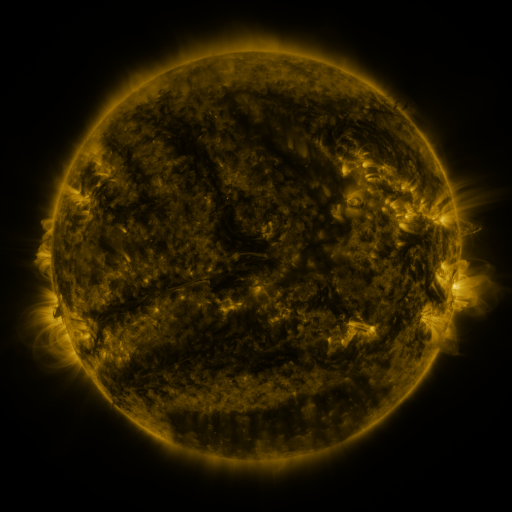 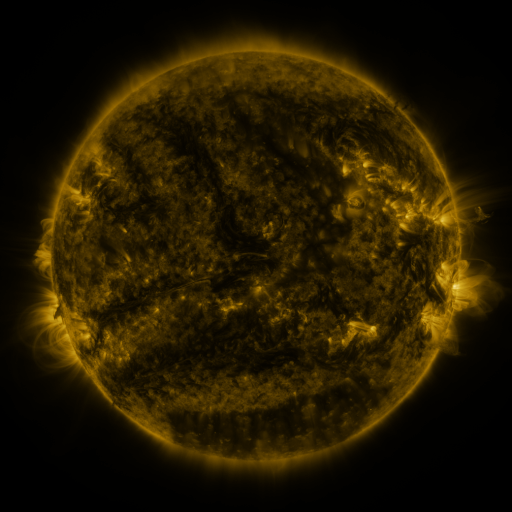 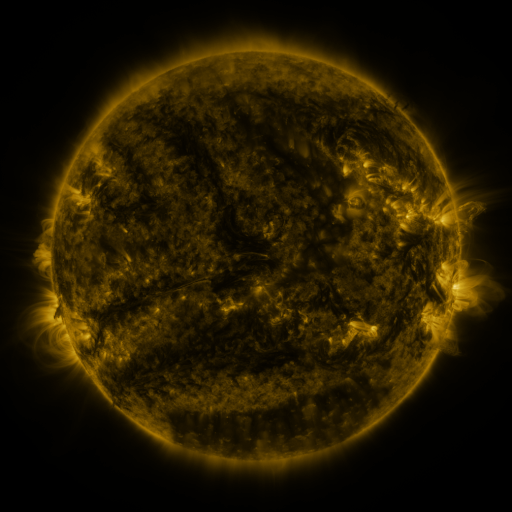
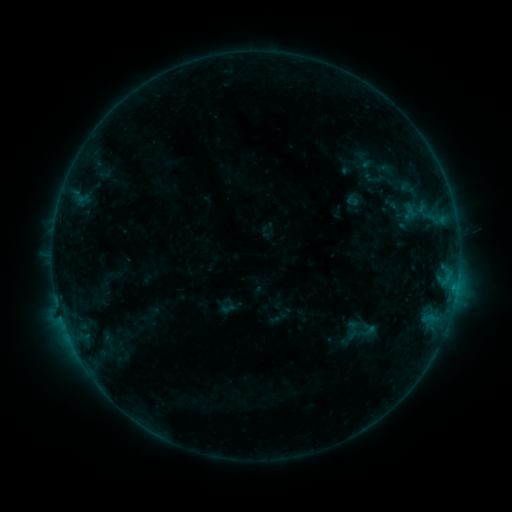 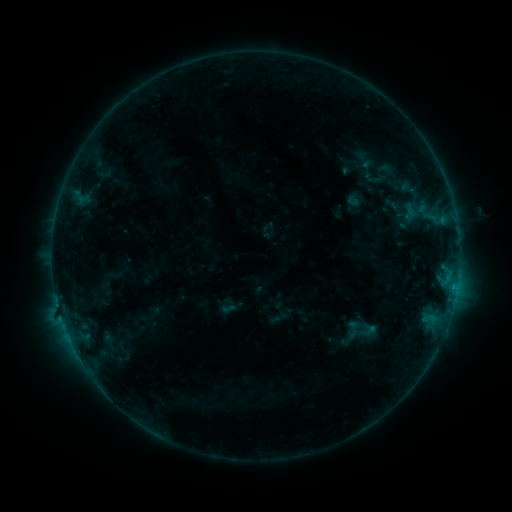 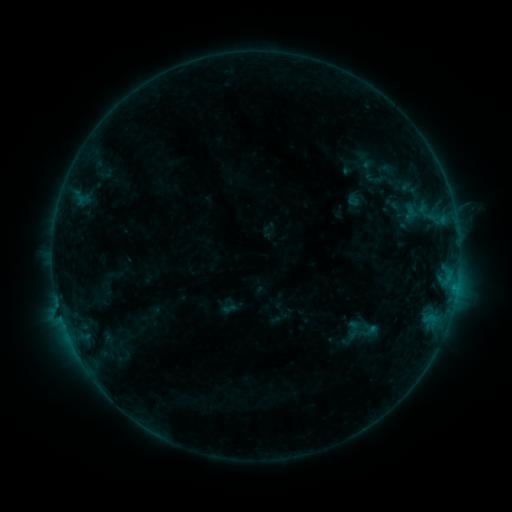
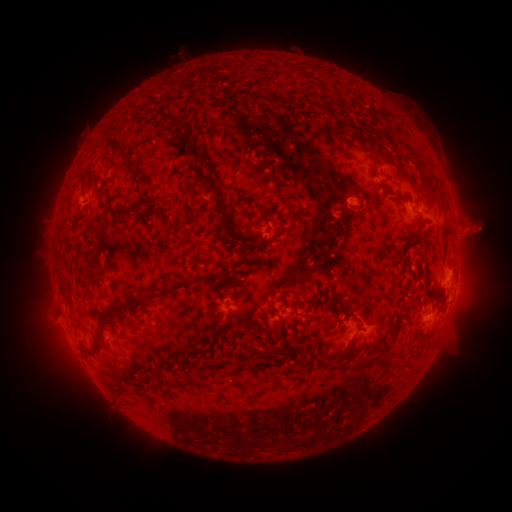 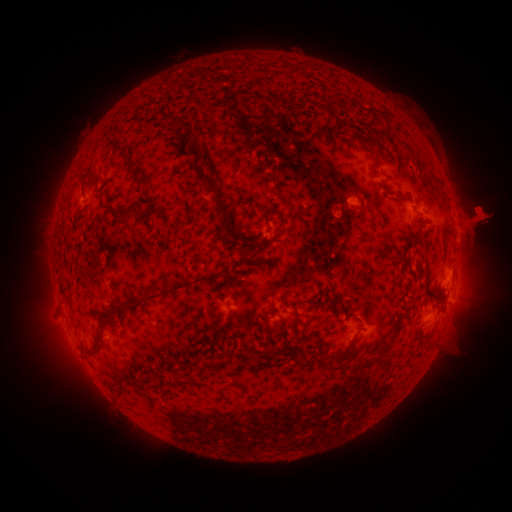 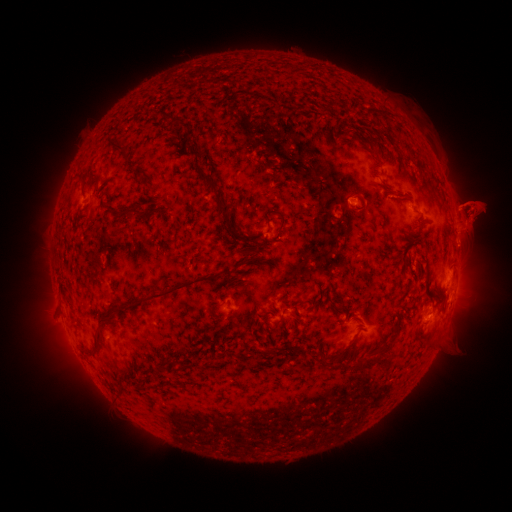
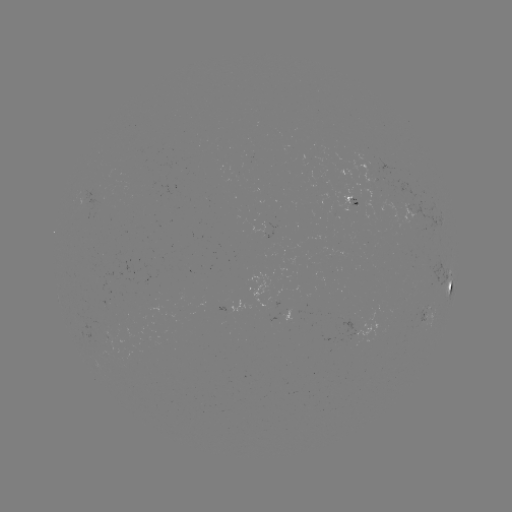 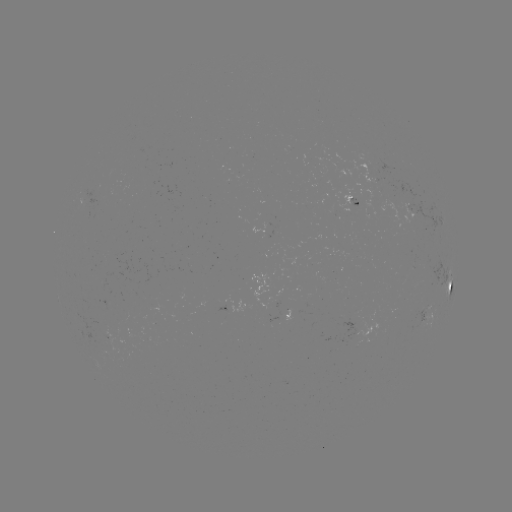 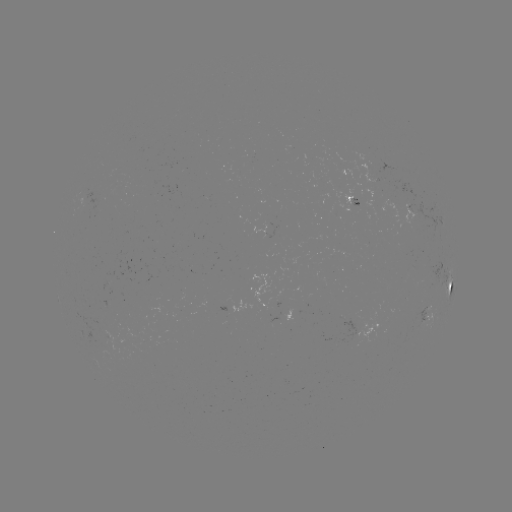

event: eruption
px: (477, 214)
